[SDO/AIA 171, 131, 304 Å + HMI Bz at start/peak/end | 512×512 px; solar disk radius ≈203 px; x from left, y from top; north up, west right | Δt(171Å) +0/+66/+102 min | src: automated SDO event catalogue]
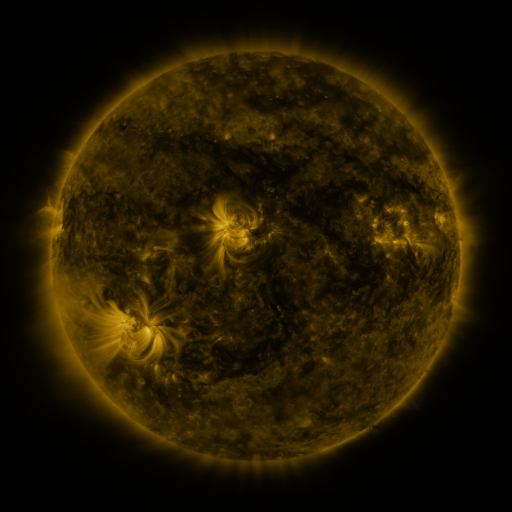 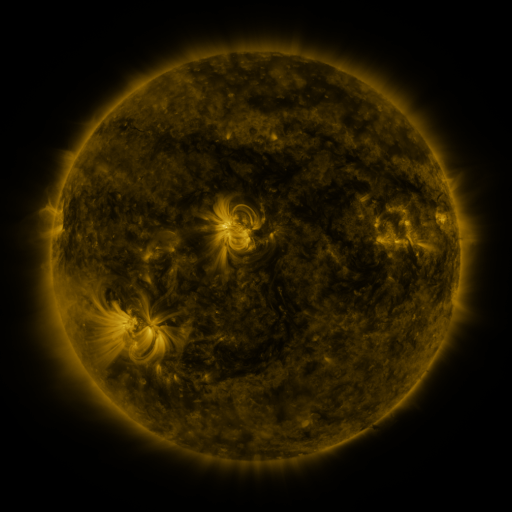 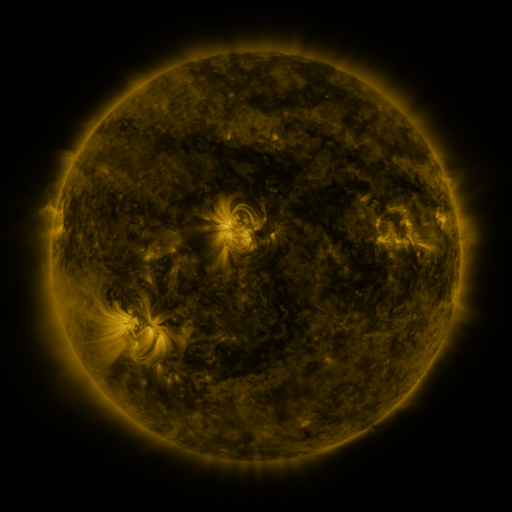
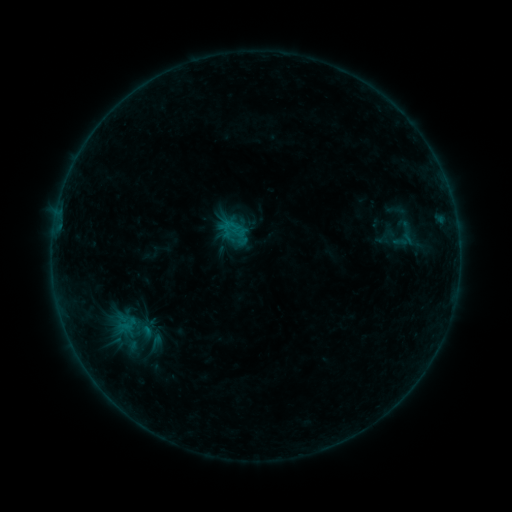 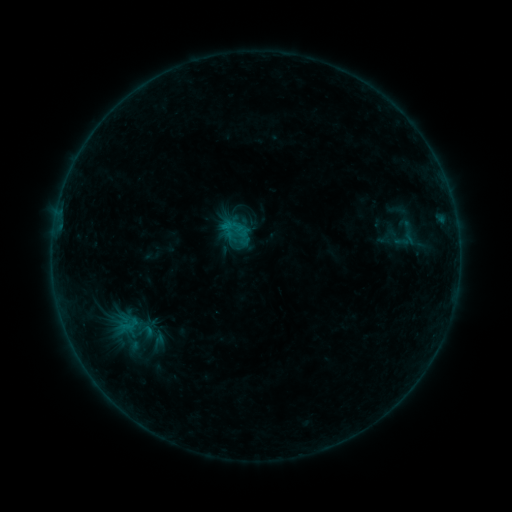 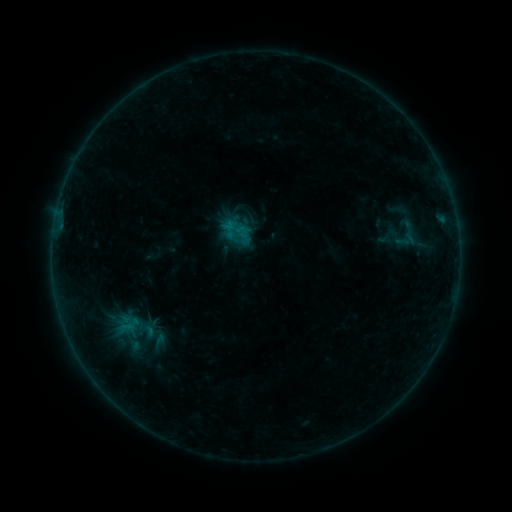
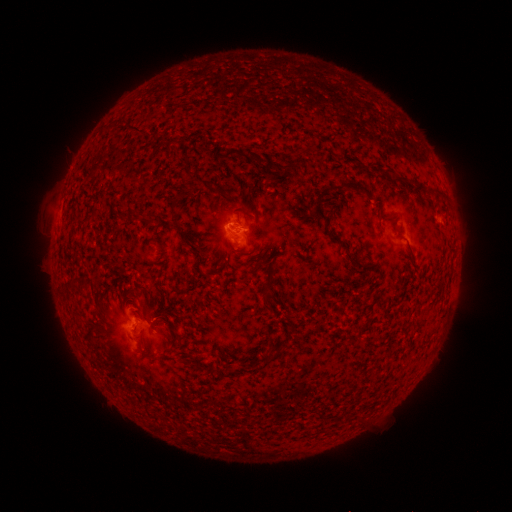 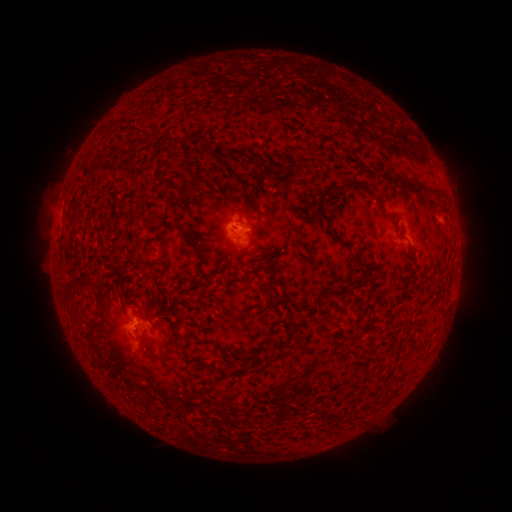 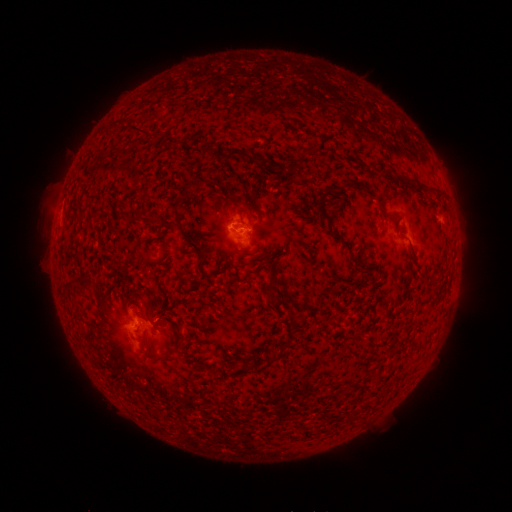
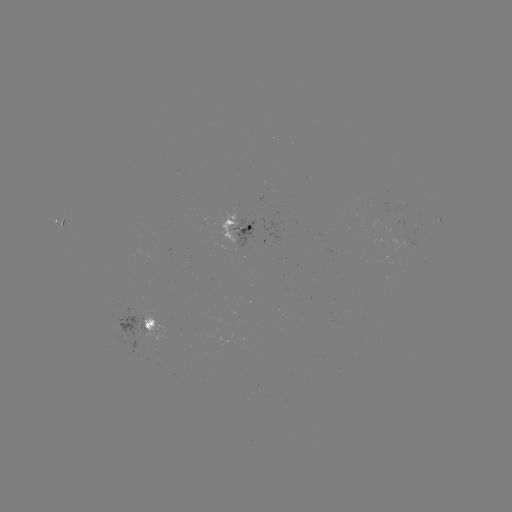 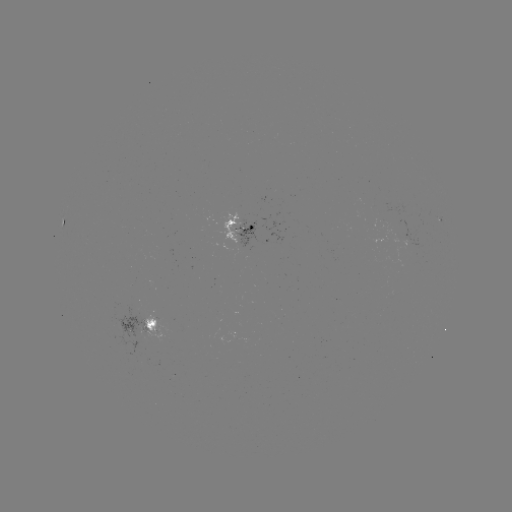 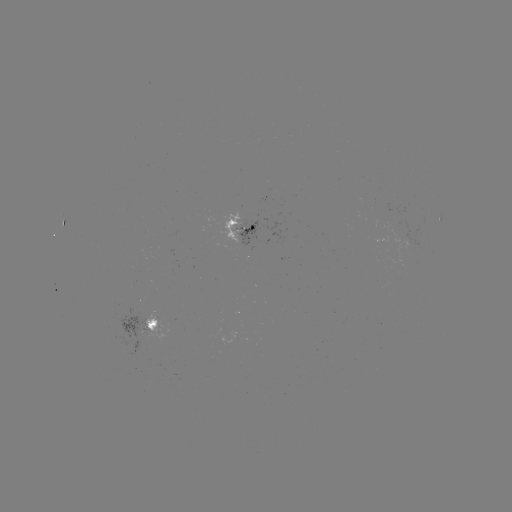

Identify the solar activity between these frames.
emerging-flux region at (409, 238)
